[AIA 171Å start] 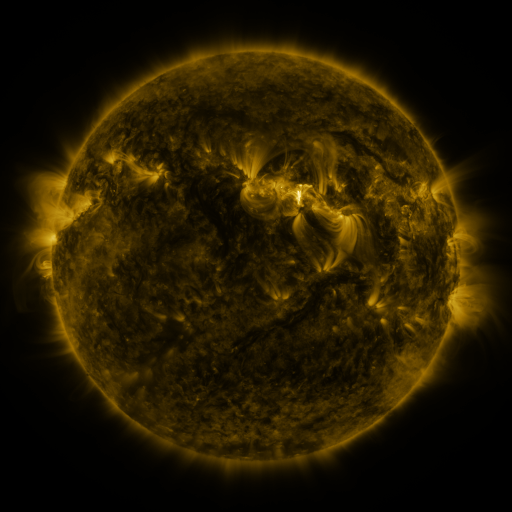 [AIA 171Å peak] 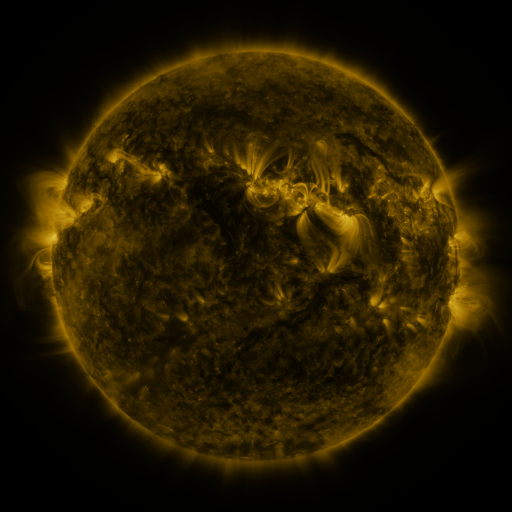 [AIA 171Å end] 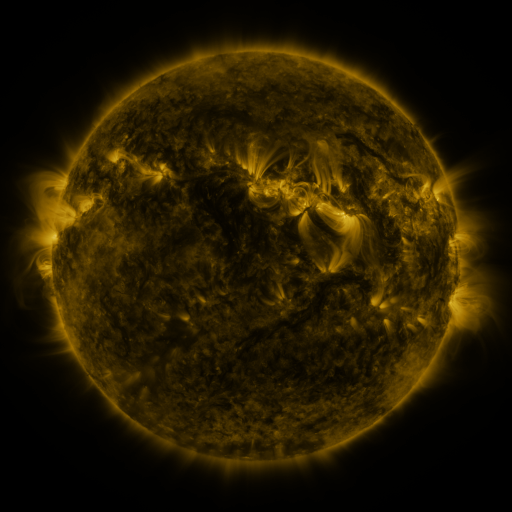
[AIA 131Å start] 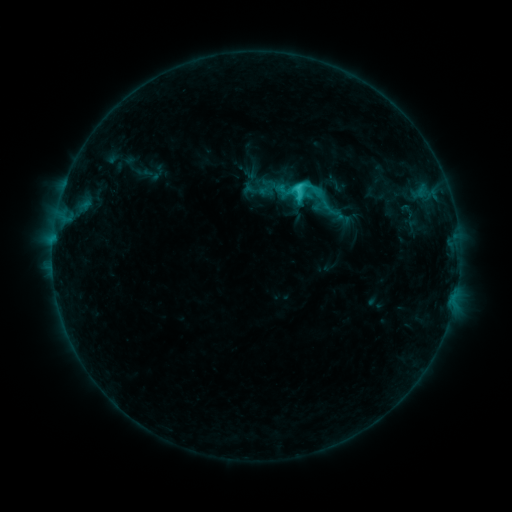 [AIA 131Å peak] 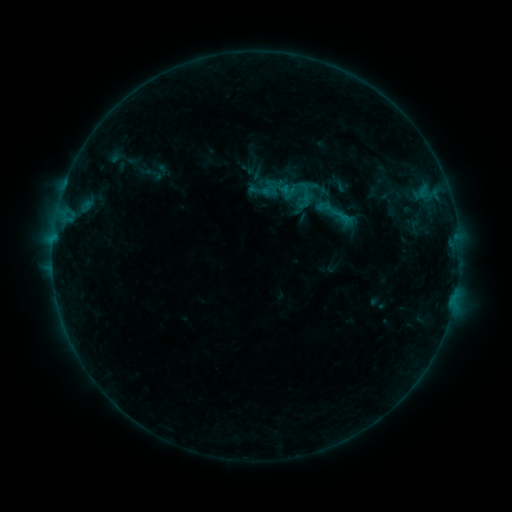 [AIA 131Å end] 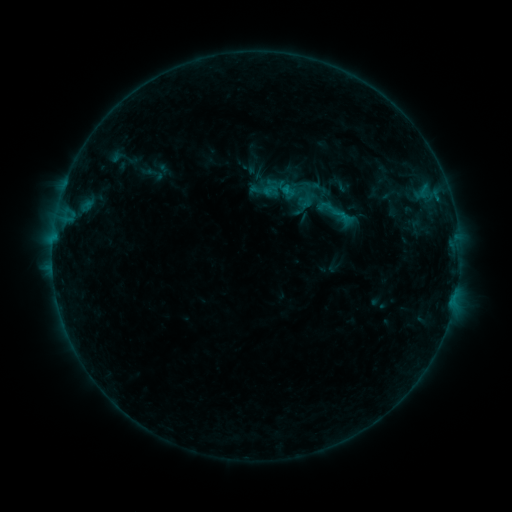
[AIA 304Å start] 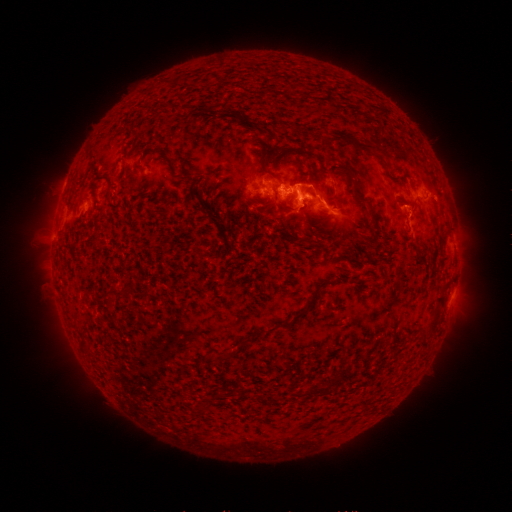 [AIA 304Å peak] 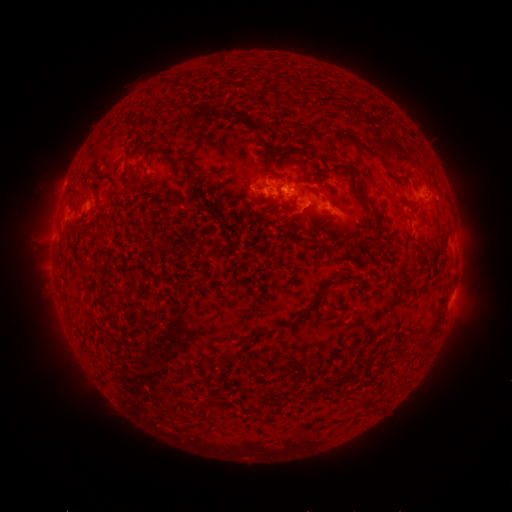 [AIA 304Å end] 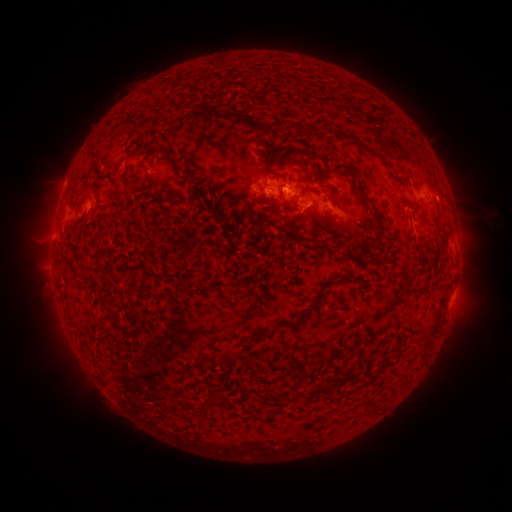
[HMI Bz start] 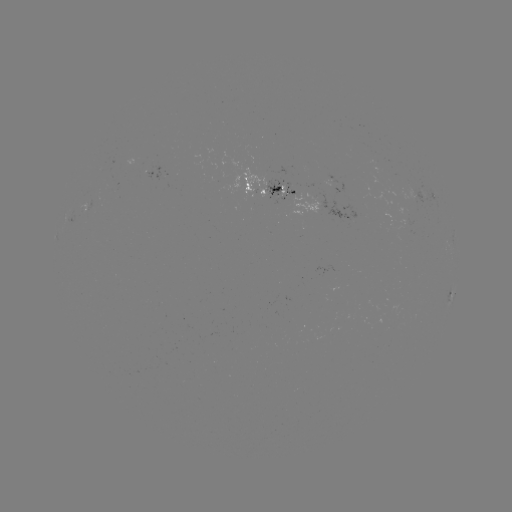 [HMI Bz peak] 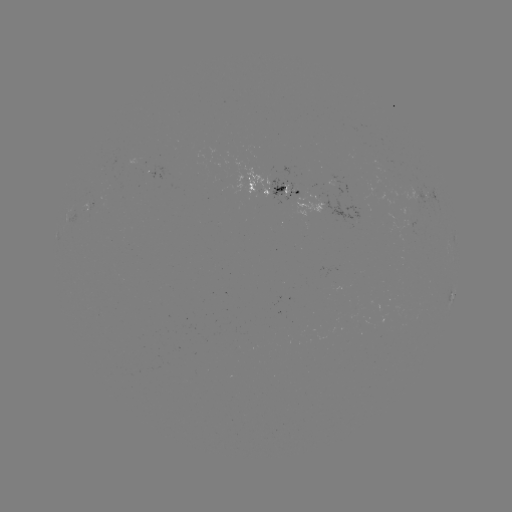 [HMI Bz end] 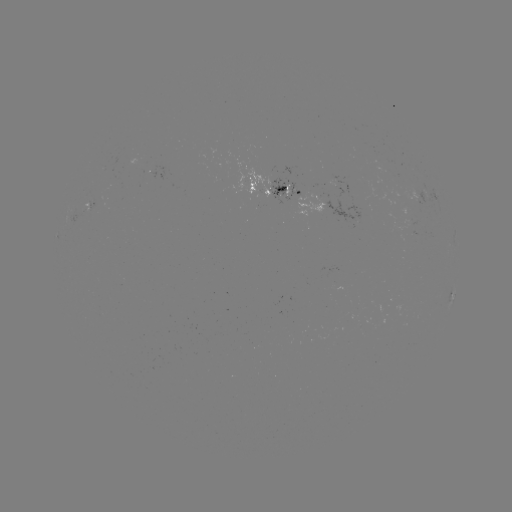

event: emerging-flux region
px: (293, 191)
